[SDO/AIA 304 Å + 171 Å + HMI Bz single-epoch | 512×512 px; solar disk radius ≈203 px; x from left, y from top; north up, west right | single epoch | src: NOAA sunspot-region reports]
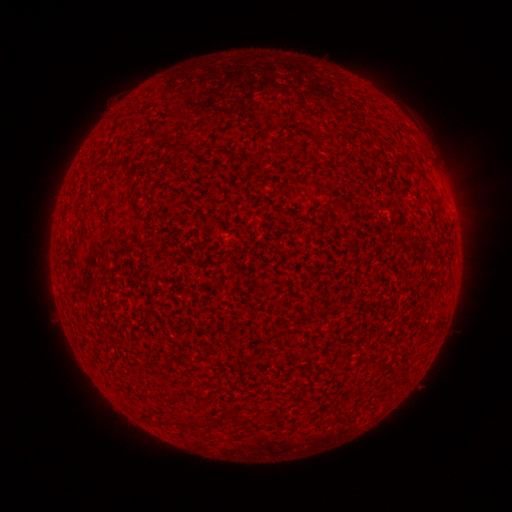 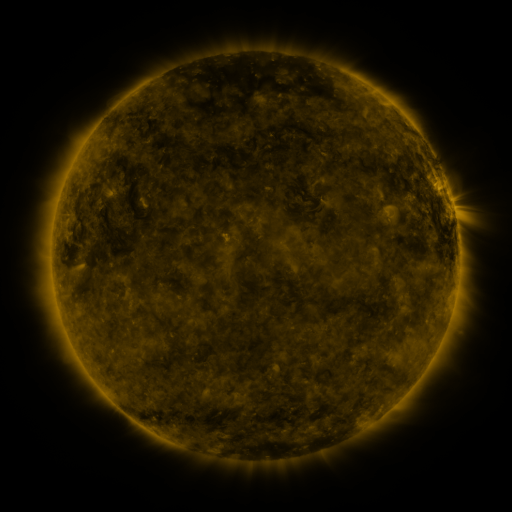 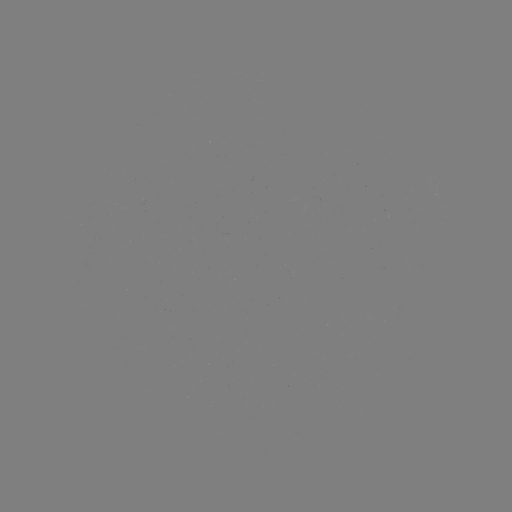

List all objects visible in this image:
(none)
